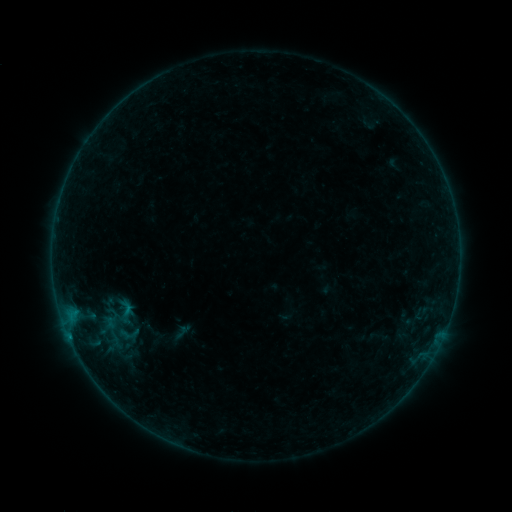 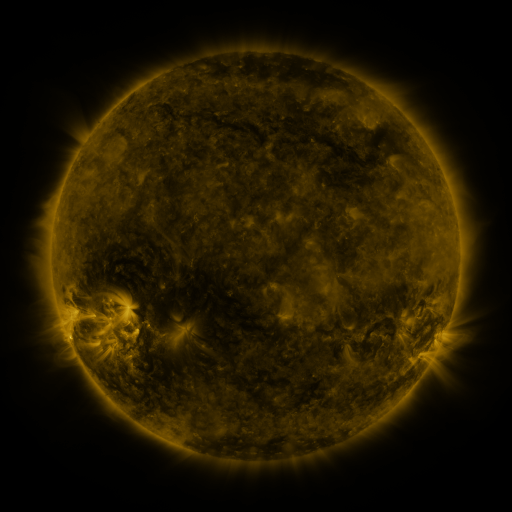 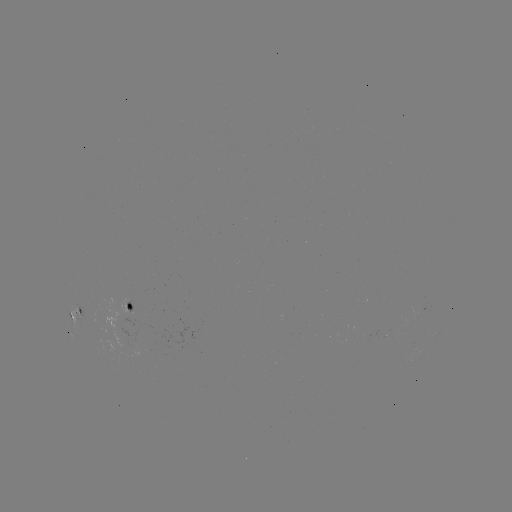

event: sigmoid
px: (128, 334)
